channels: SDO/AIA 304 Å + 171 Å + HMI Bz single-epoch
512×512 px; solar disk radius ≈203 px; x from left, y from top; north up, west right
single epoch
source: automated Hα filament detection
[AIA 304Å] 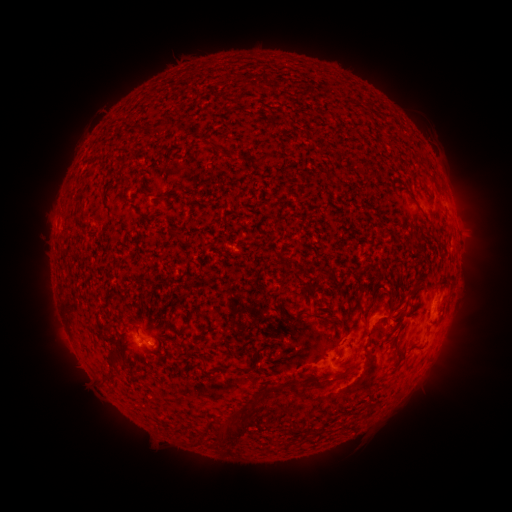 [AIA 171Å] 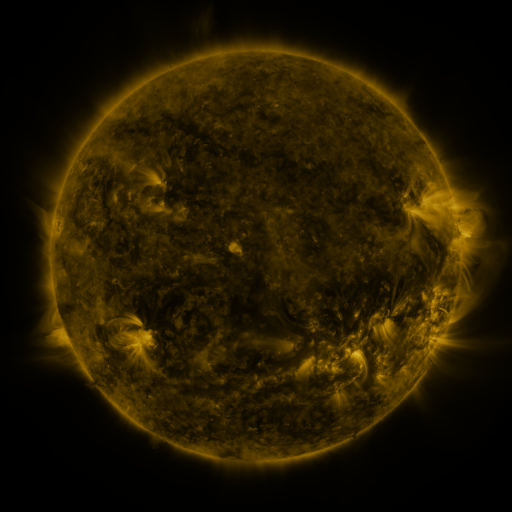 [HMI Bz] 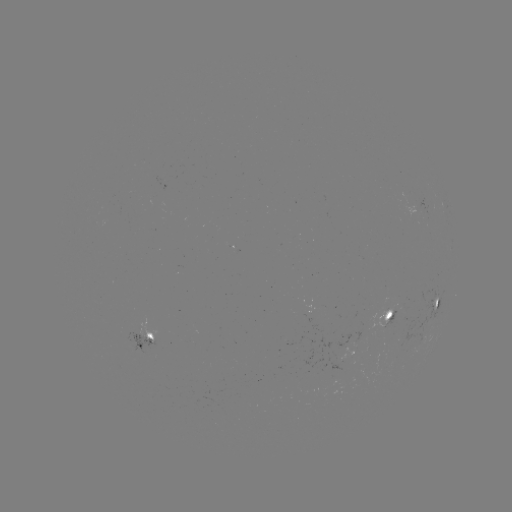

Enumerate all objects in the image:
filament: (259, 154, 268, 164)
filament: (361, 284, 382, 322)
filament: (300, 310, 332, 324)
filament: (388, 314, 404, 324)
filament: (179, 325, 188, 333)
filament: (144, 331, 170, 341)
filament: (350, 345, 360, 354)
filament: (337, 371, 347, 378)
filament: (261, 384, 275, 395)
filament: (218, 416, 245, 444)
